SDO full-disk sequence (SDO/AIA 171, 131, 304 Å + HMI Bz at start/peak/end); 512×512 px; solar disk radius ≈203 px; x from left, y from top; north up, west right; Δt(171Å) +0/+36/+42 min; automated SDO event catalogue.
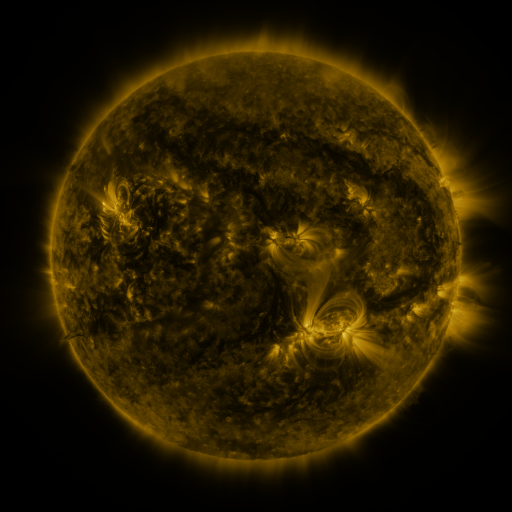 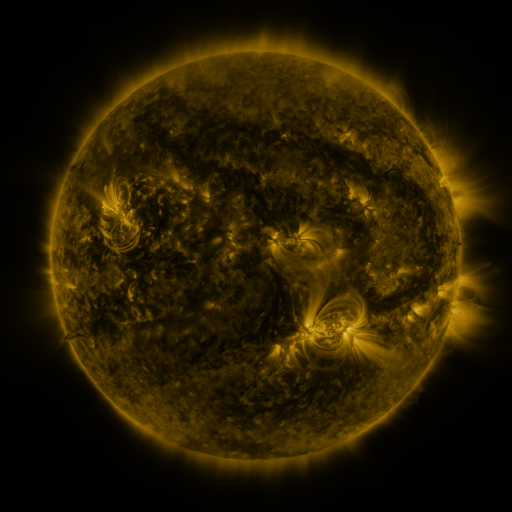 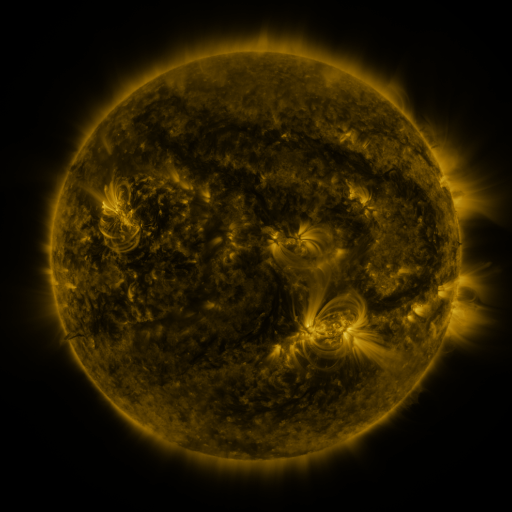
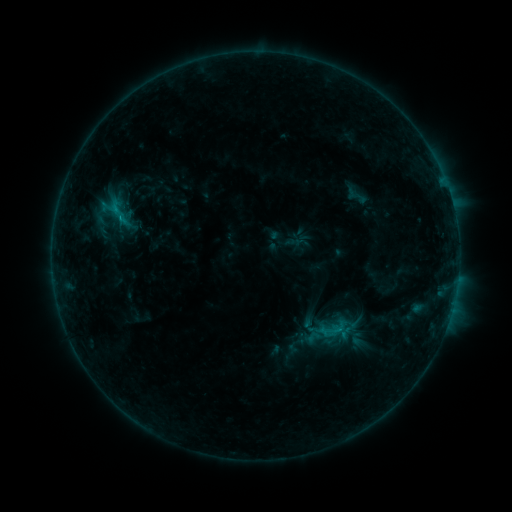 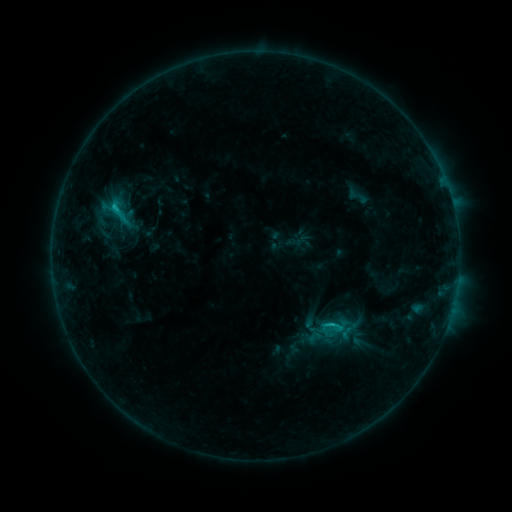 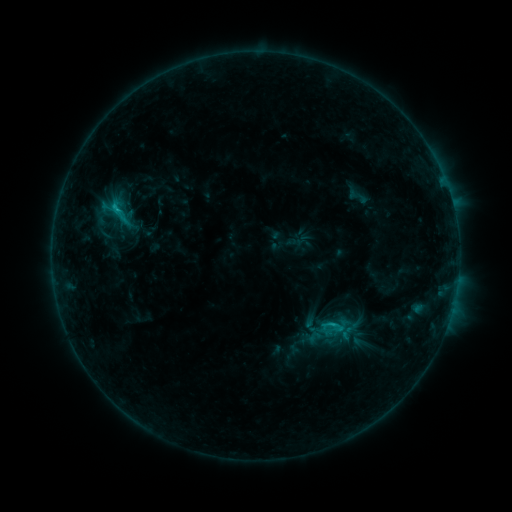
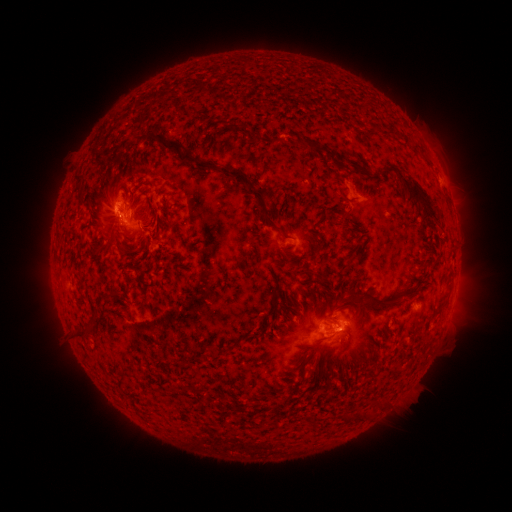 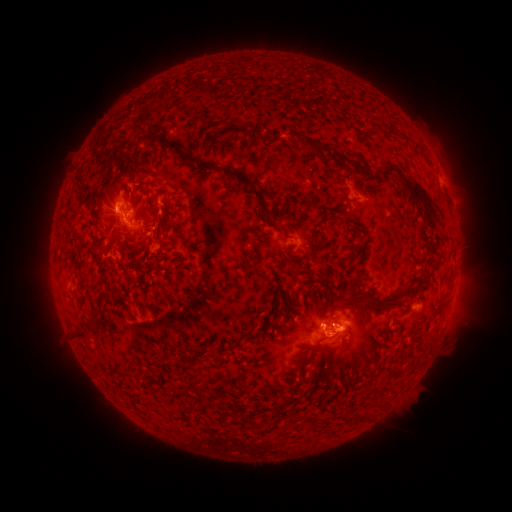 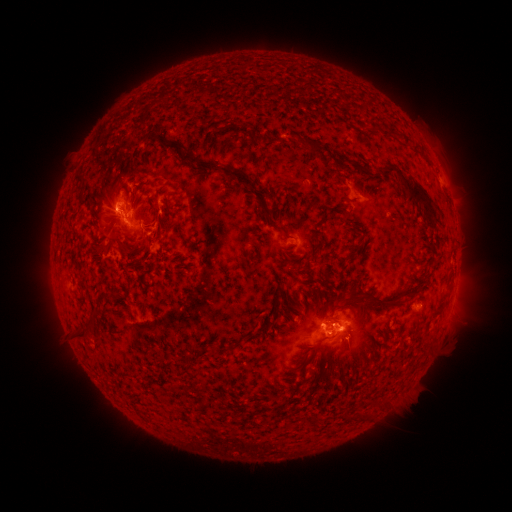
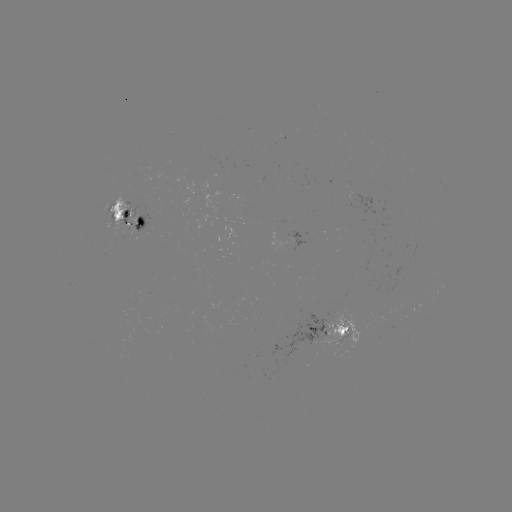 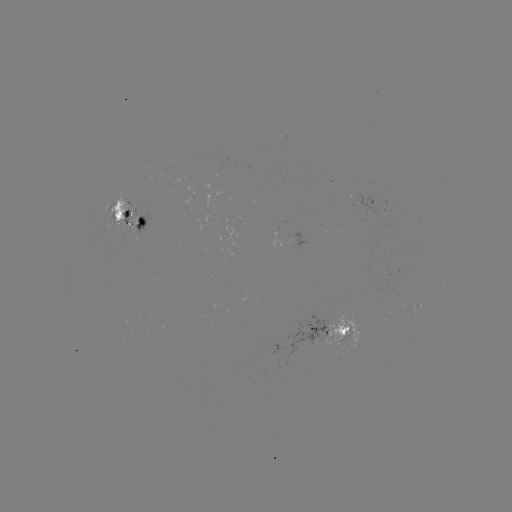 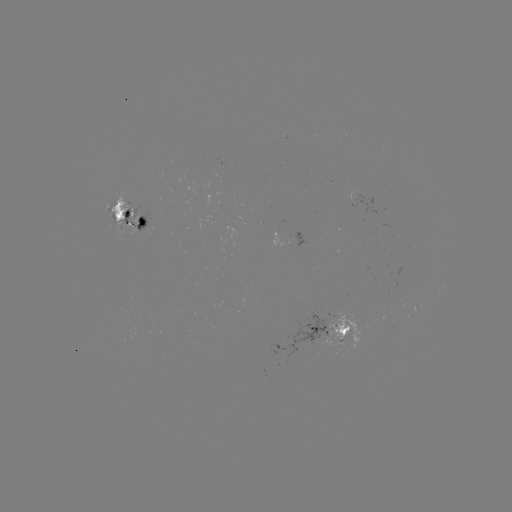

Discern C2.1 flare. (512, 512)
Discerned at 331,323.